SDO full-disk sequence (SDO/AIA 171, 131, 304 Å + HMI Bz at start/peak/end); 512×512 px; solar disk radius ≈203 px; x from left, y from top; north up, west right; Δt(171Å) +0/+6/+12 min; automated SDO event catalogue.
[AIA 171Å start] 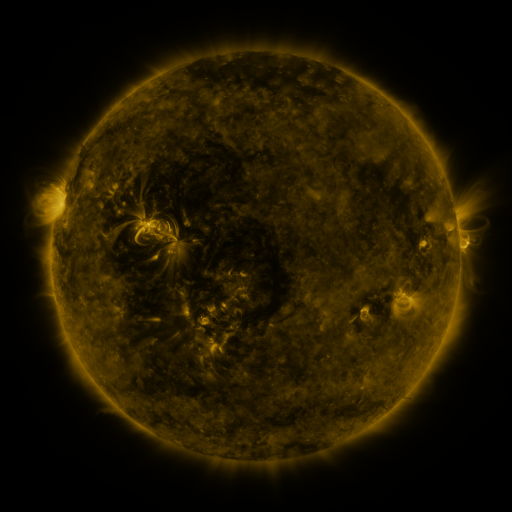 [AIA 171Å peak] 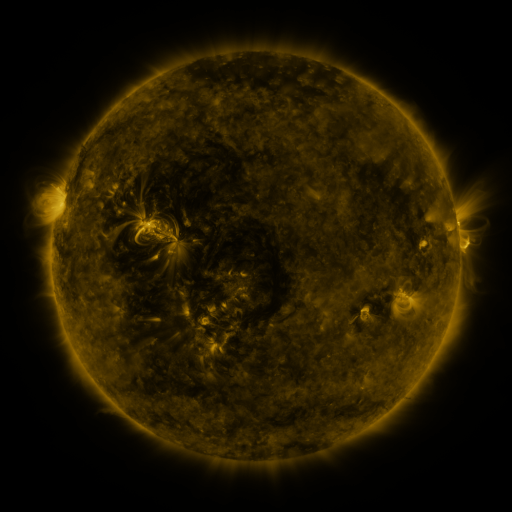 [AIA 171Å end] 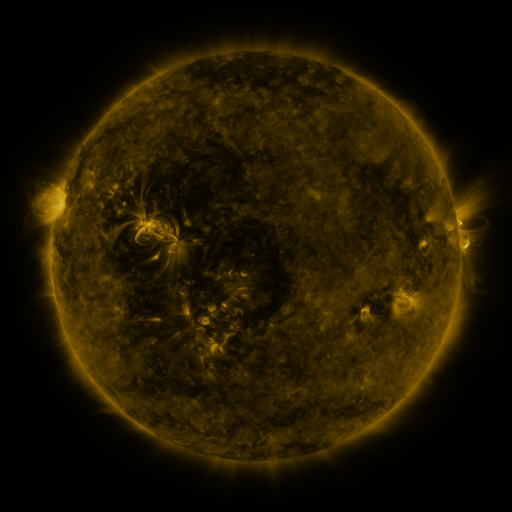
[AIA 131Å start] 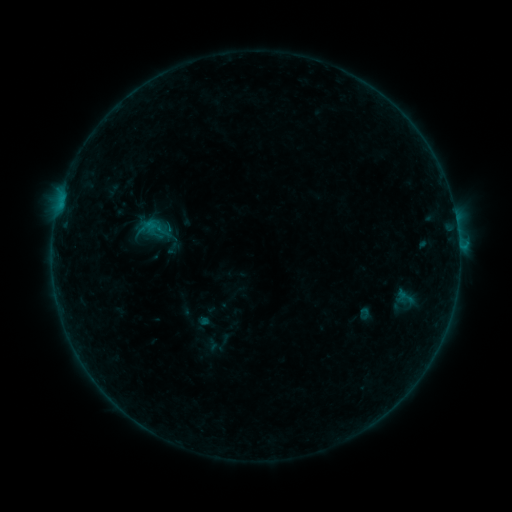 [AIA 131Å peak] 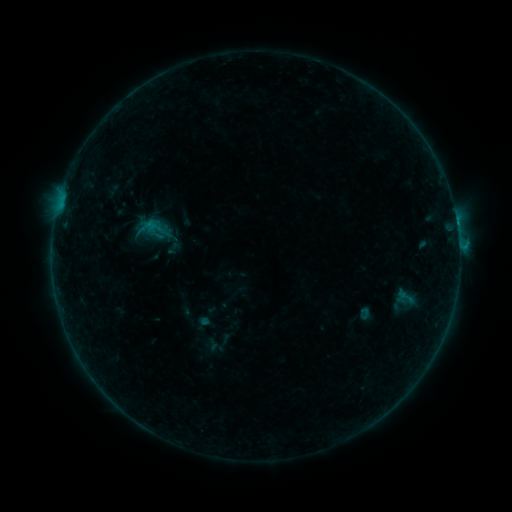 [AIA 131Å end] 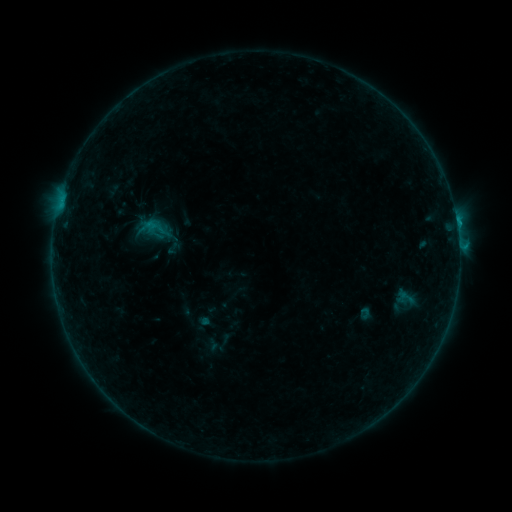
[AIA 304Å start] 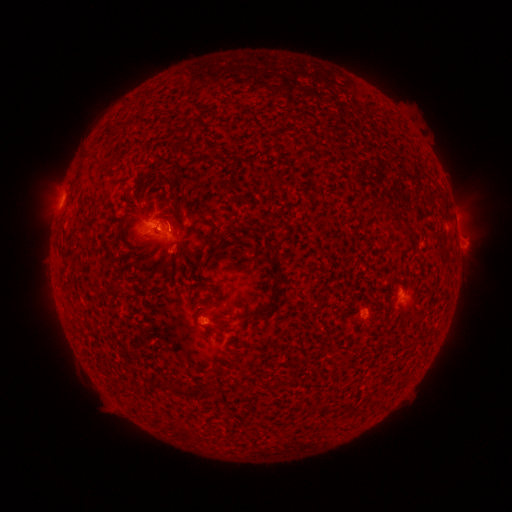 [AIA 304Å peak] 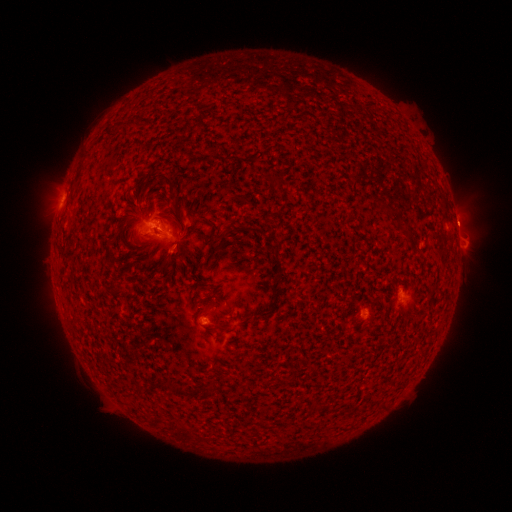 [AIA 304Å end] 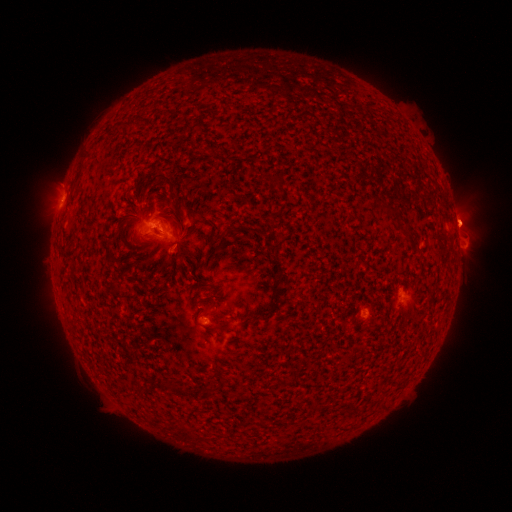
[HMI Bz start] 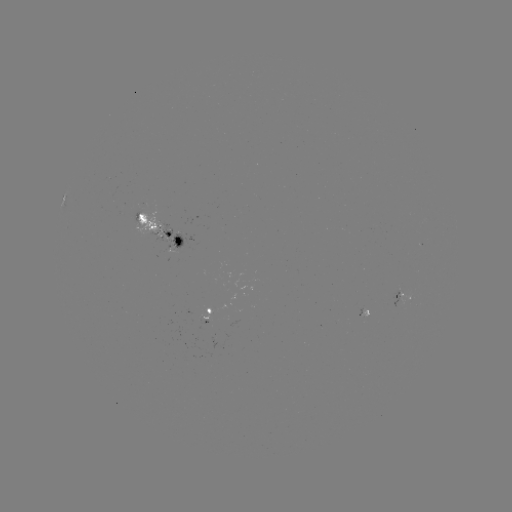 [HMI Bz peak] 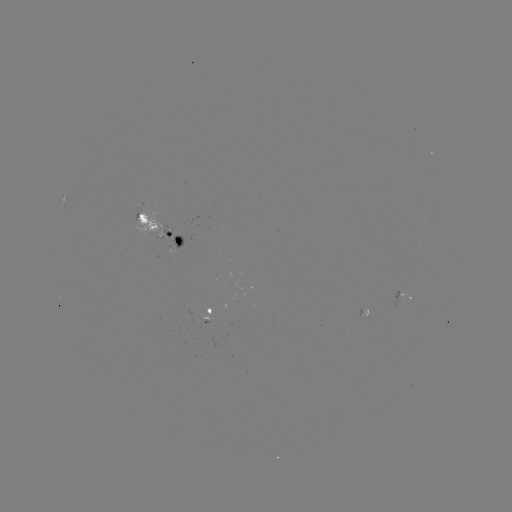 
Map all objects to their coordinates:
eruption: (462, 222)
